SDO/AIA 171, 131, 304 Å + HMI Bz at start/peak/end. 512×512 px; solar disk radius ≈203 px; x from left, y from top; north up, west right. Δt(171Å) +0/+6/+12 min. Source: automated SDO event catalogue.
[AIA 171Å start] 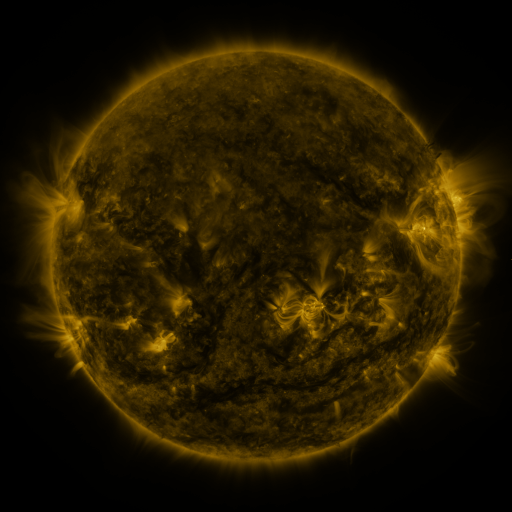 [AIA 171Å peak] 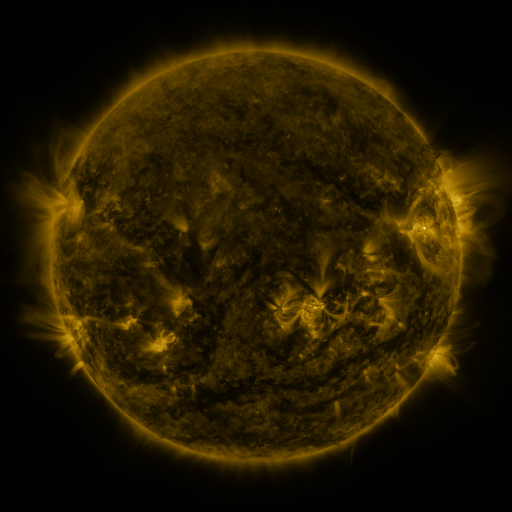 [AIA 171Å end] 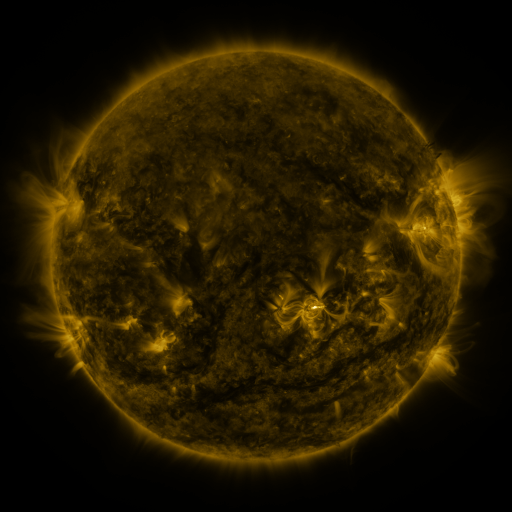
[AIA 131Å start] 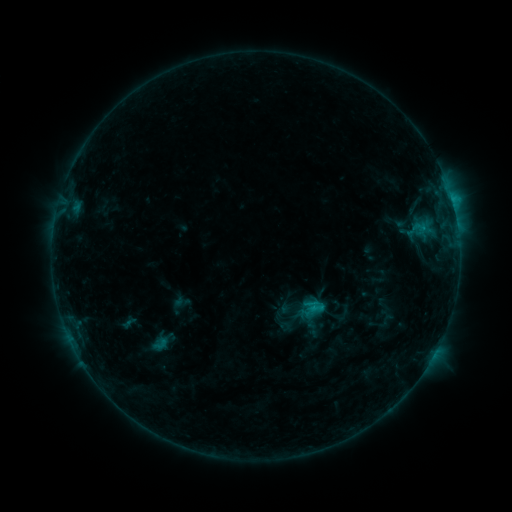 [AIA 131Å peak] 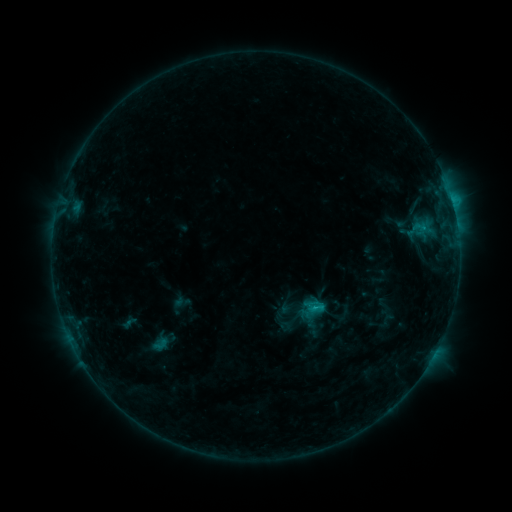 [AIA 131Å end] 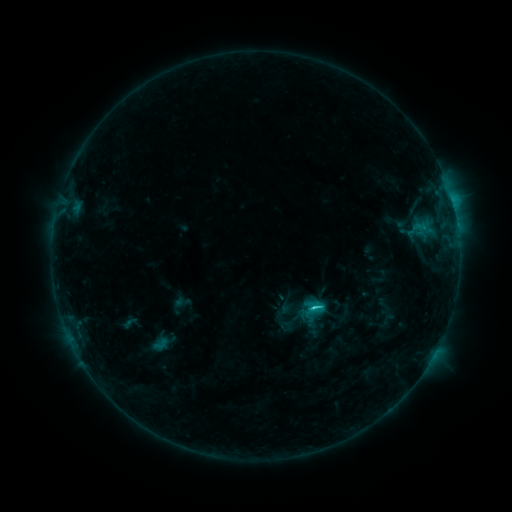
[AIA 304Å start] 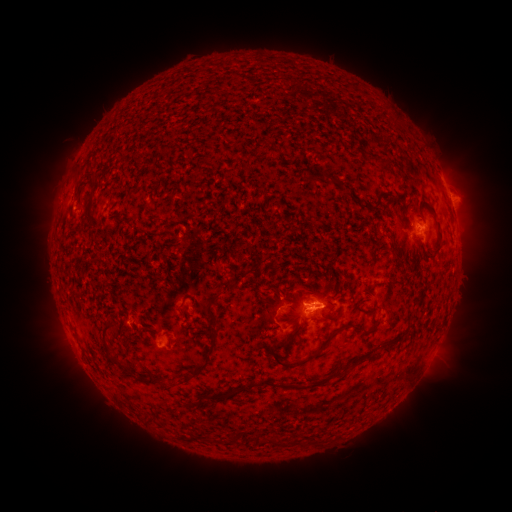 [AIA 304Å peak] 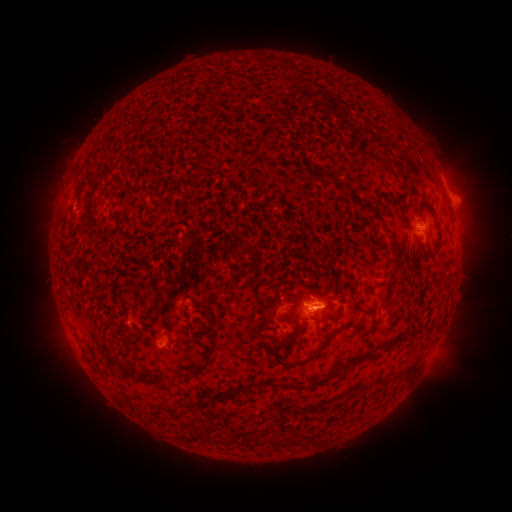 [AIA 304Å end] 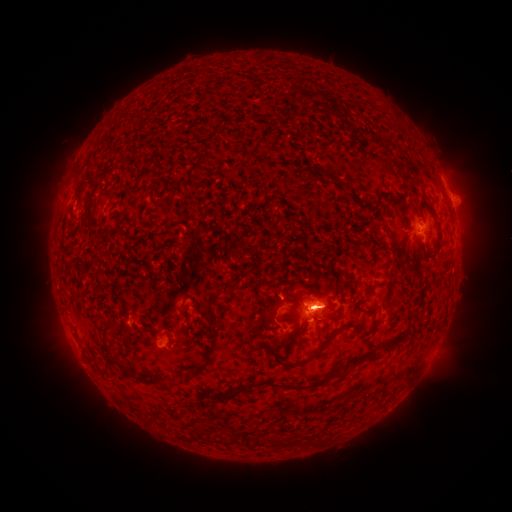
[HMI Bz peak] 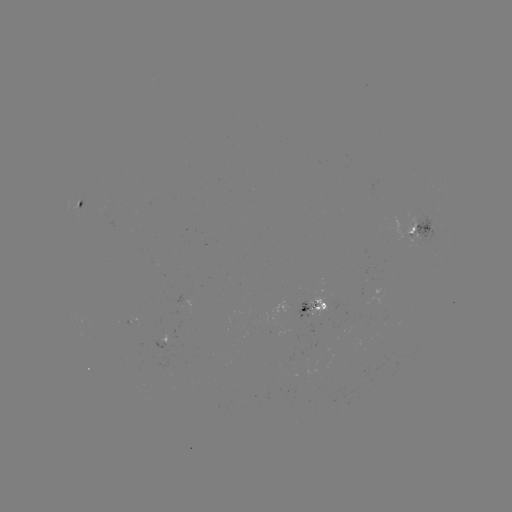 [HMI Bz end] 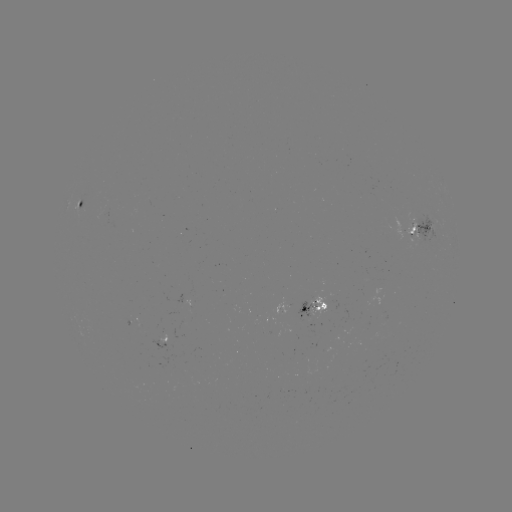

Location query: C1.9 flare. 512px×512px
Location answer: (314, 306).